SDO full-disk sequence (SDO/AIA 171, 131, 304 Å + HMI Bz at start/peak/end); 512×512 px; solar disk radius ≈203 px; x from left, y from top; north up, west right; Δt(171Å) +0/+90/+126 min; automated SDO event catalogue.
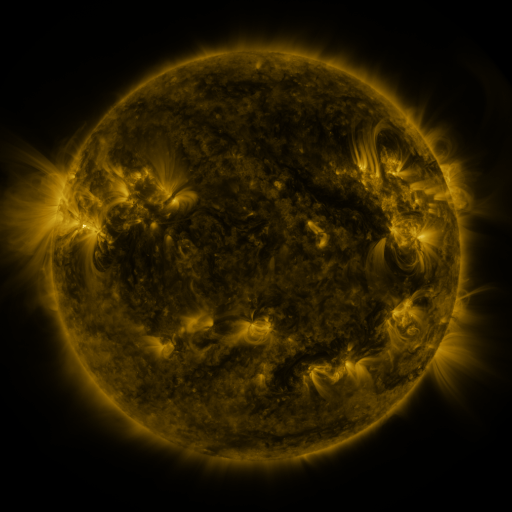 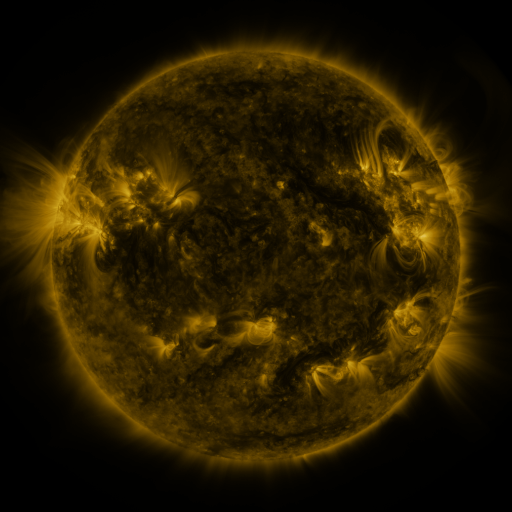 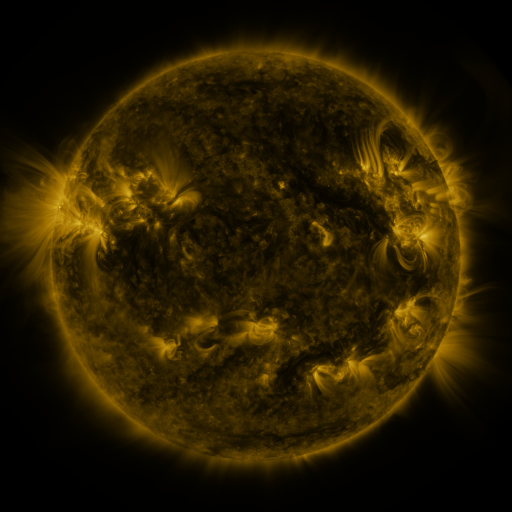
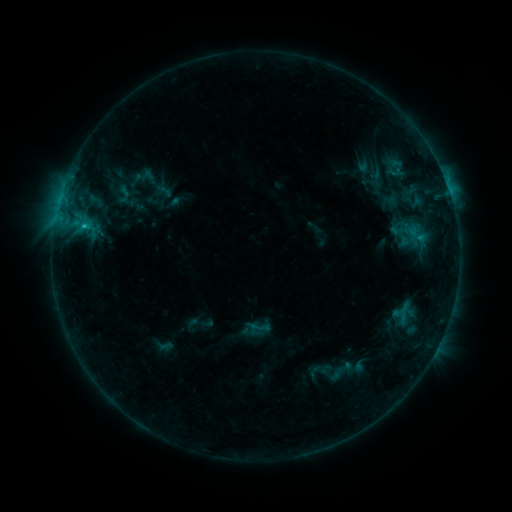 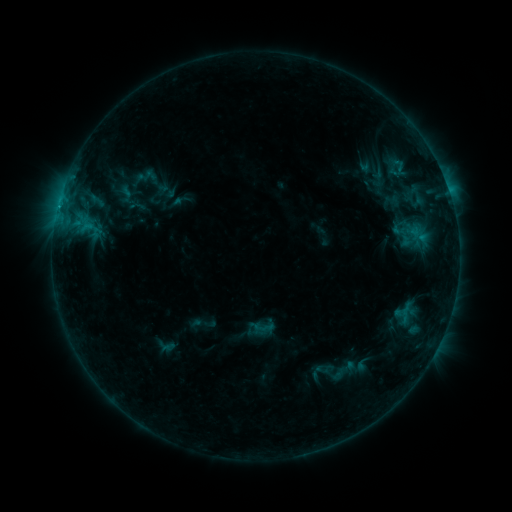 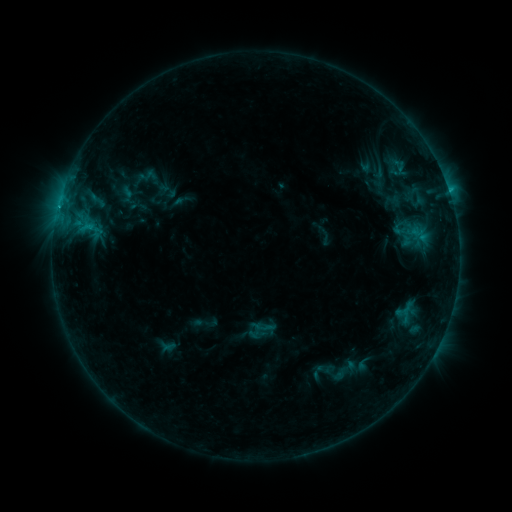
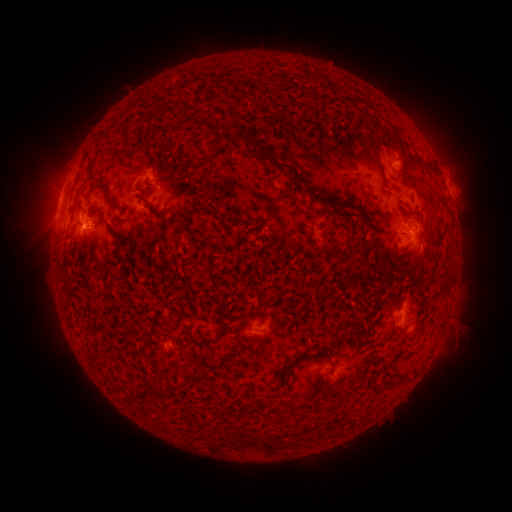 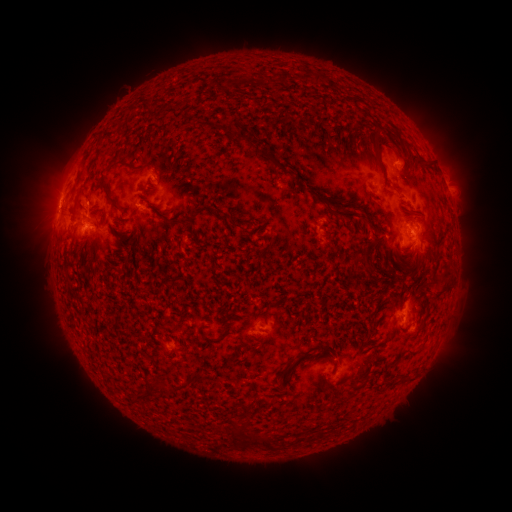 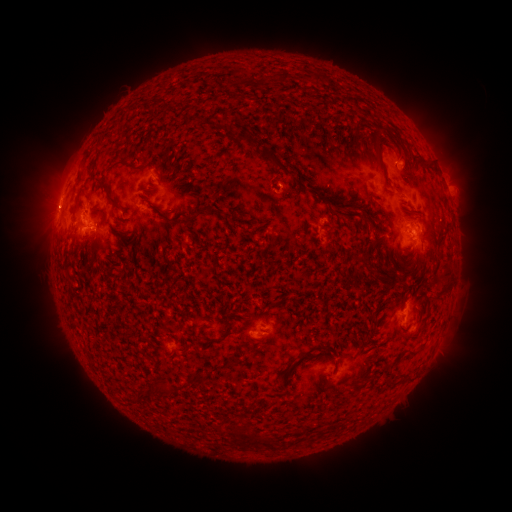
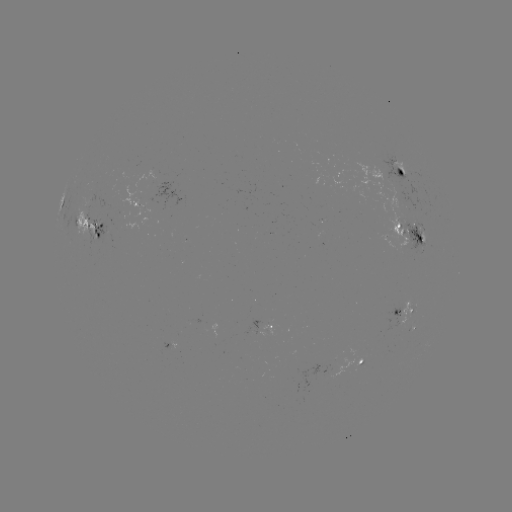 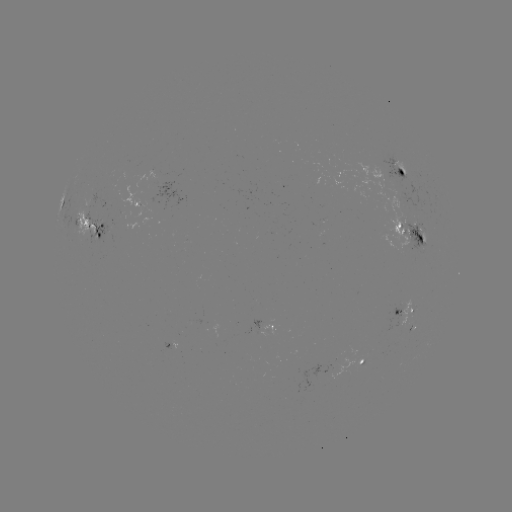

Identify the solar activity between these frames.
emerging-flux region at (411, 234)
